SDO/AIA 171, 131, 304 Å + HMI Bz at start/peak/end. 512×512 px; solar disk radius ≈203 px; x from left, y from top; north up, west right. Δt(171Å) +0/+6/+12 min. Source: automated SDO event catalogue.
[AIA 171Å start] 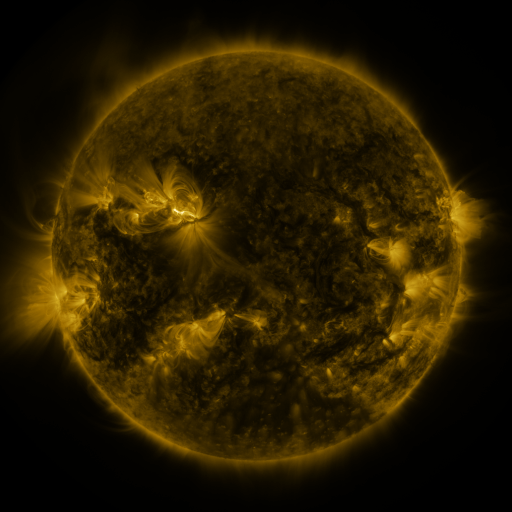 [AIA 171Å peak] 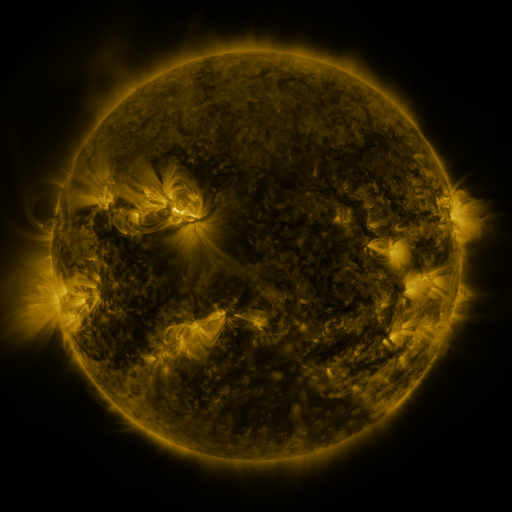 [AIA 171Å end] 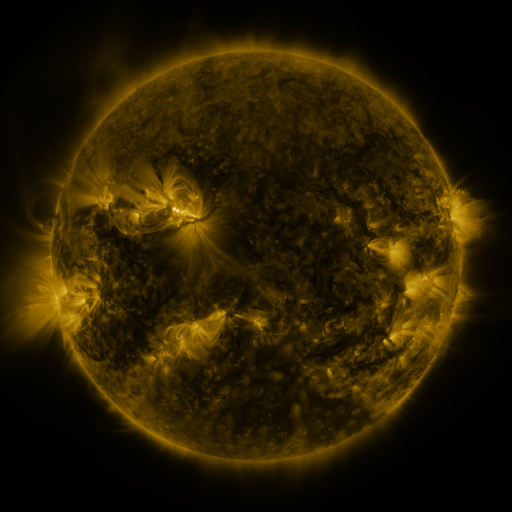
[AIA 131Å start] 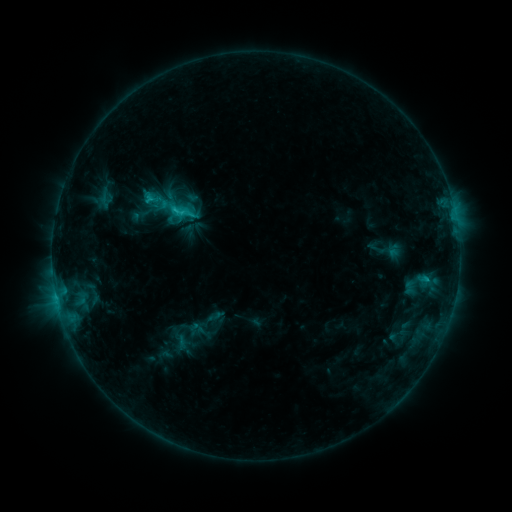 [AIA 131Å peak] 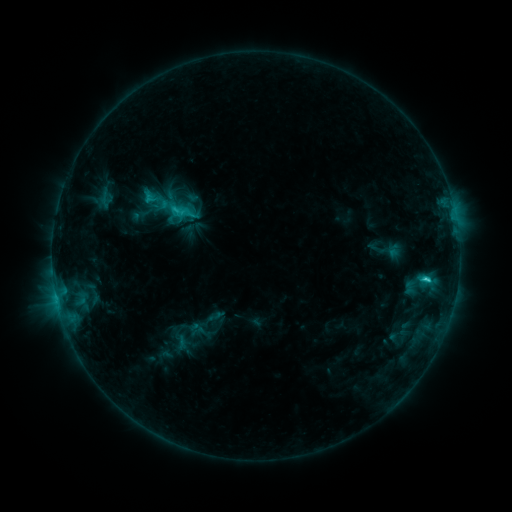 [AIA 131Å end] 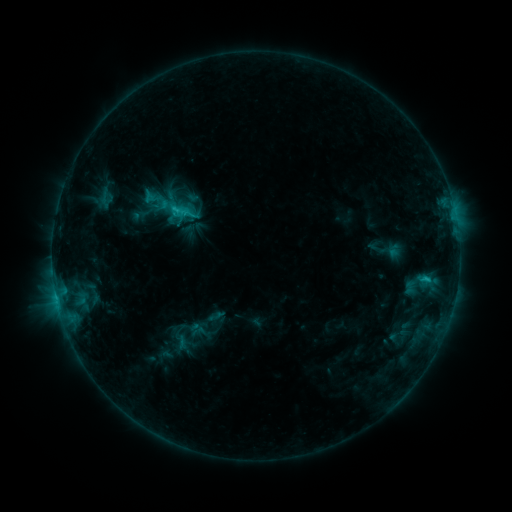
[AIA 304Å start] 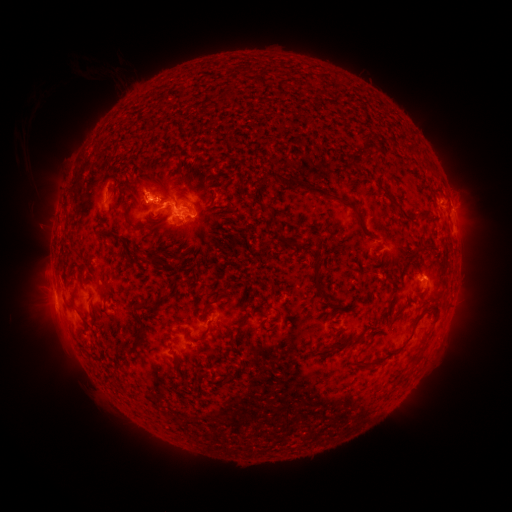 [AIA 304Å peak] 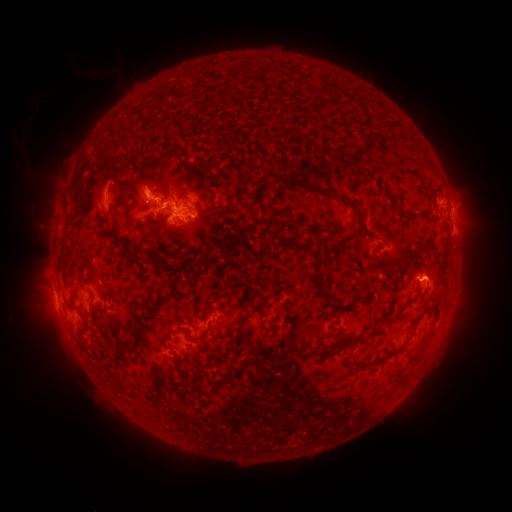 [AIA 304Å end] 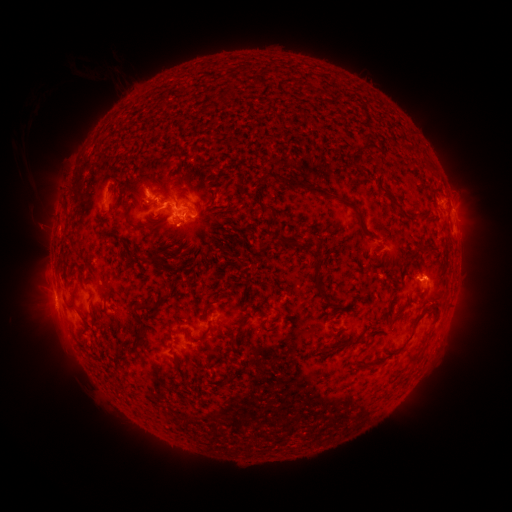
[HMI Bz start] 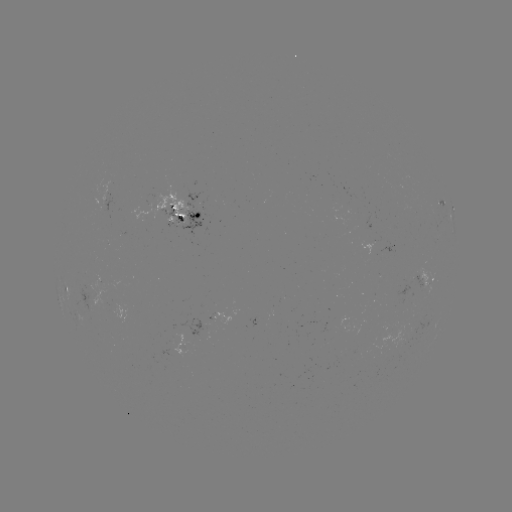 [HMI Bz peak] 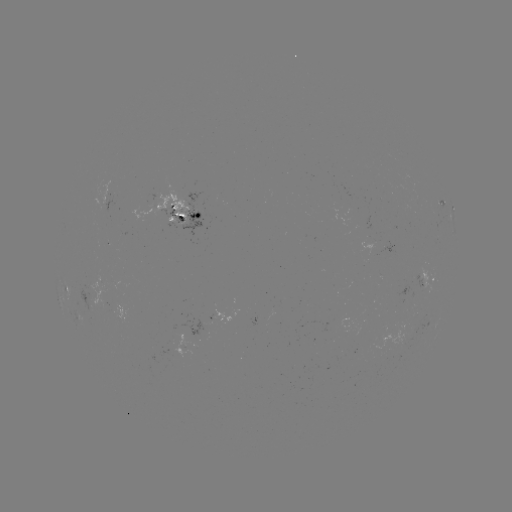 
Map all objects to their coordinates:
C2.2 flare: (424, 277)
